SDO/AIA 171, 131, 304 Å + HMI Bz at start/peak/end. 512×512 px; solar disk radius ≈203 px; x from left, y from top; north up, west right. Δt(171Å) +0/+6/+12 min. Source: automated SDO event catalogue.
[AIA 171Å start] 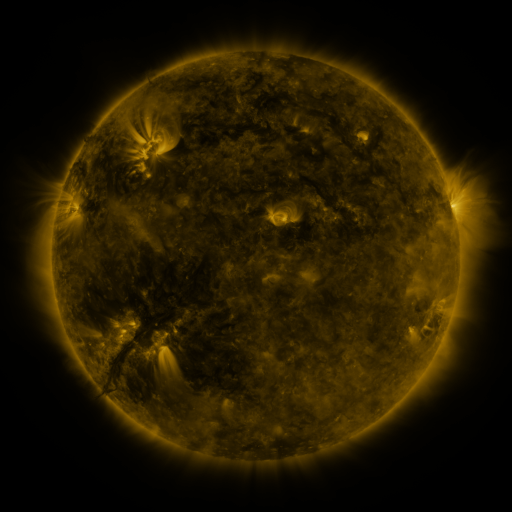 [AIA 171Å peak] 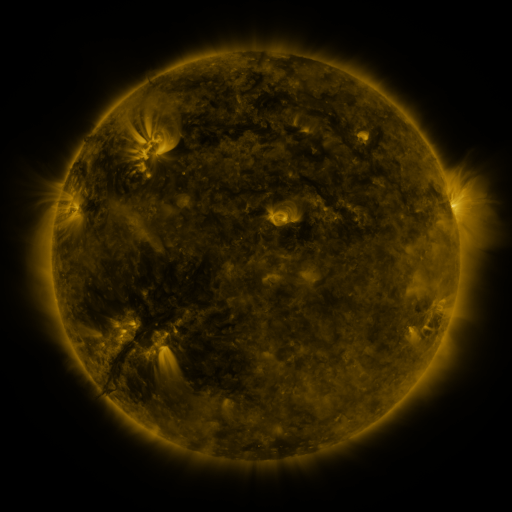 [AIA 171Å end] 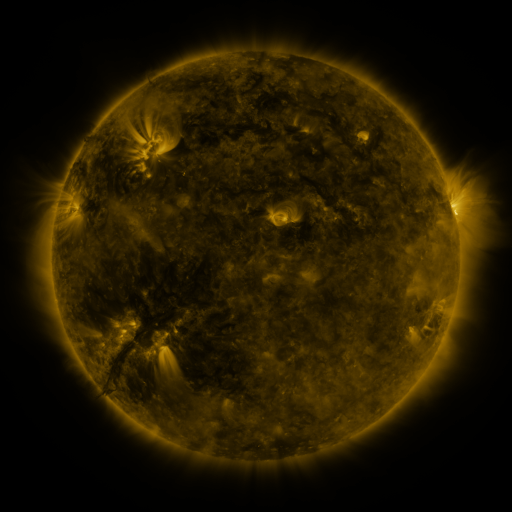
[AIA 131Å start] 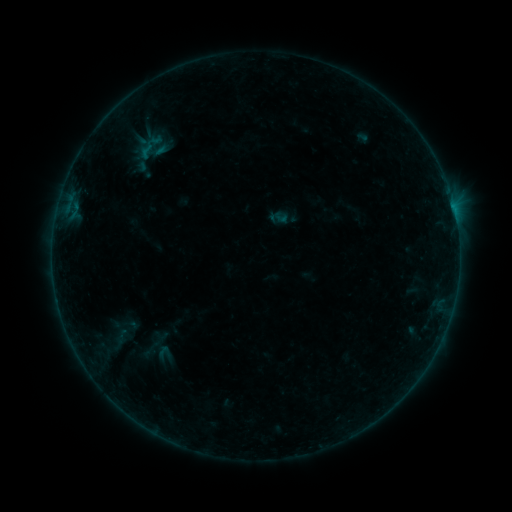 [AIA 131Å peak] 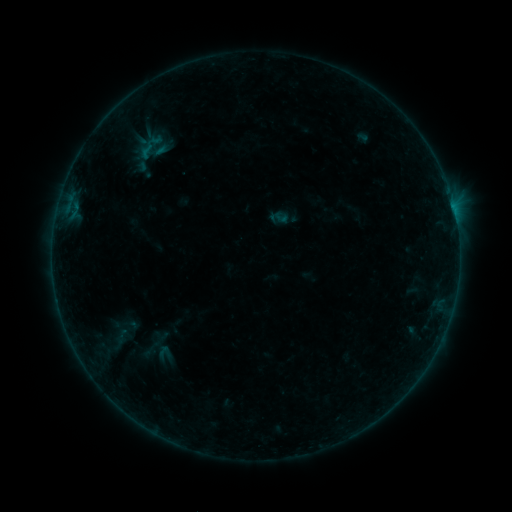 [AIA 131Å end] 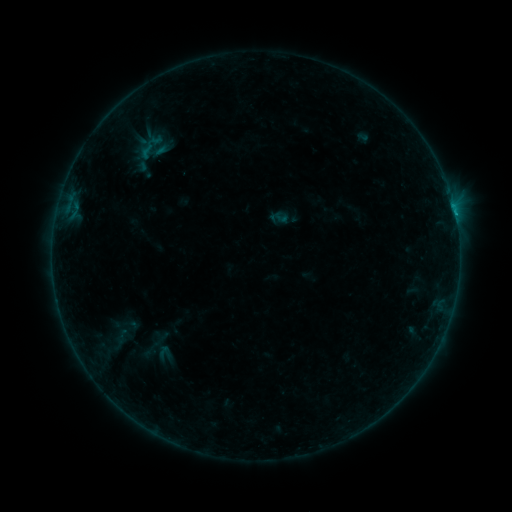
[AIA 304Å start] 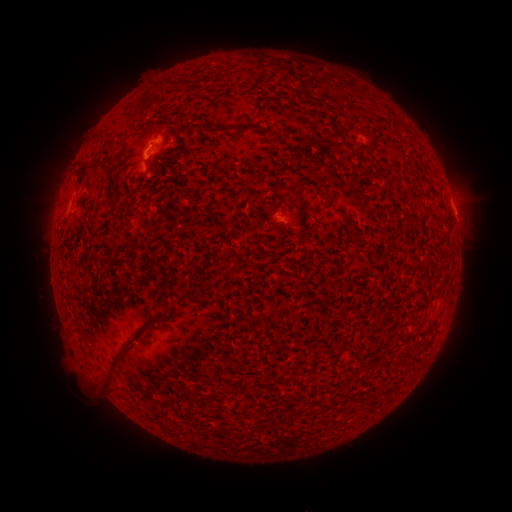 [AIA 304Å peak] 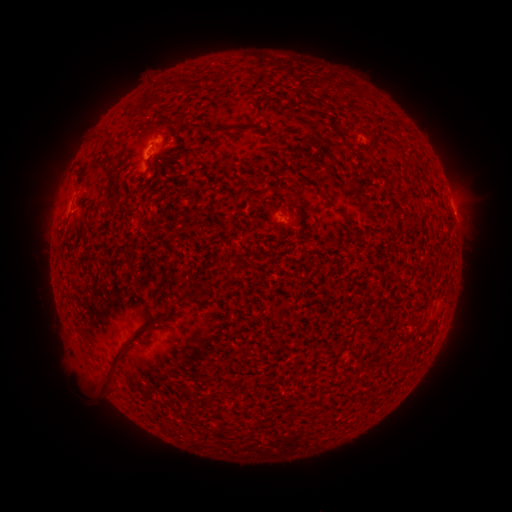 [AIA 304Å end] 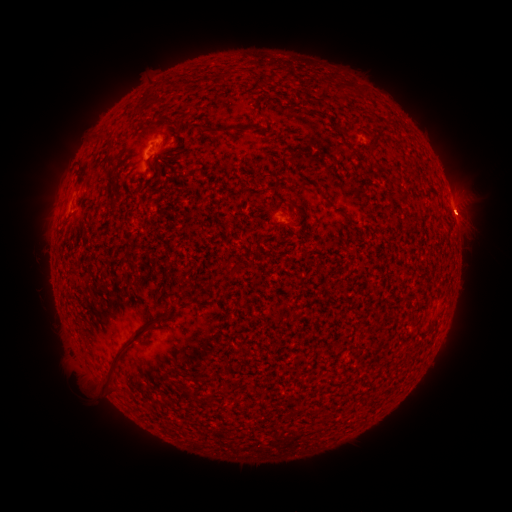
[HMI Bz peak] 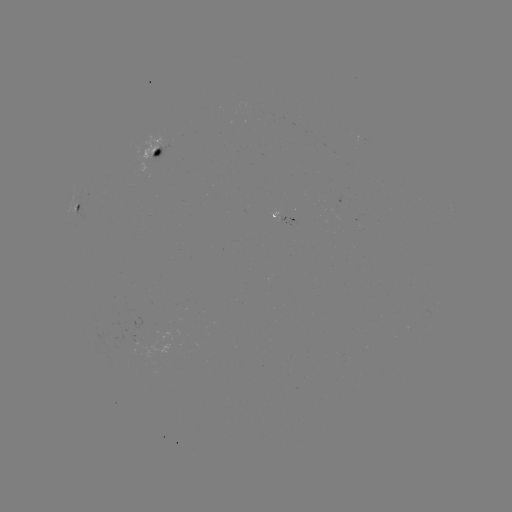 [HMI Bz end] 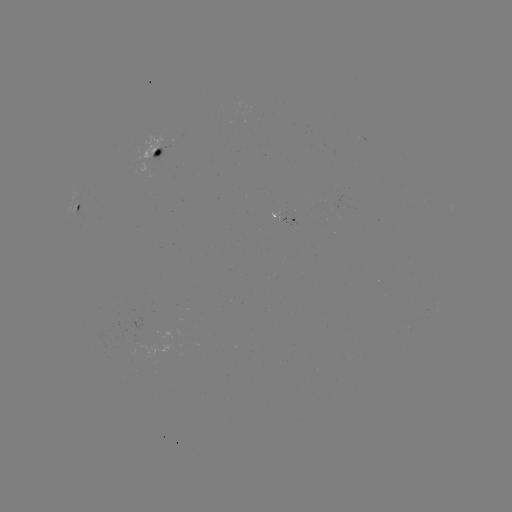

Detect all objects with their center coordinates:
eruption: (464, 214)
